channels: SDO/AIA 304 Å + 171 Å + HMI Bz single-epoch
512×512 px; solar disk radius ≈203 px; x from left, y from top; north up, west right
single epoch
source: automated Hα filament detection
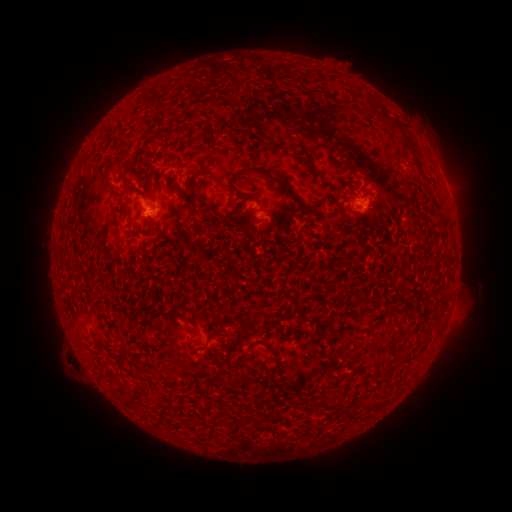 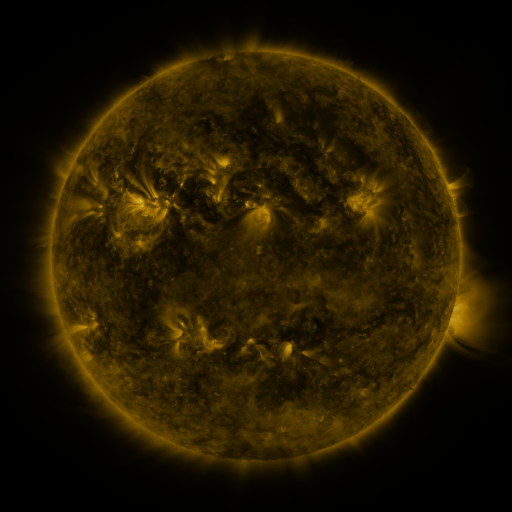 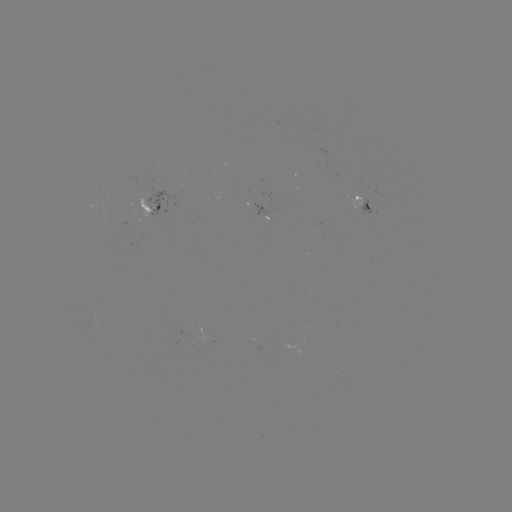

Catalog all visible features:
filament: (399, 126)
filament: (412, 148)
filament: (274, 179)
filament: (235, 212)
filament: (206, 223)
filament: (108, 227)
filament: (135, 233)
filament: (274, 350)
filament: (240, 362)
